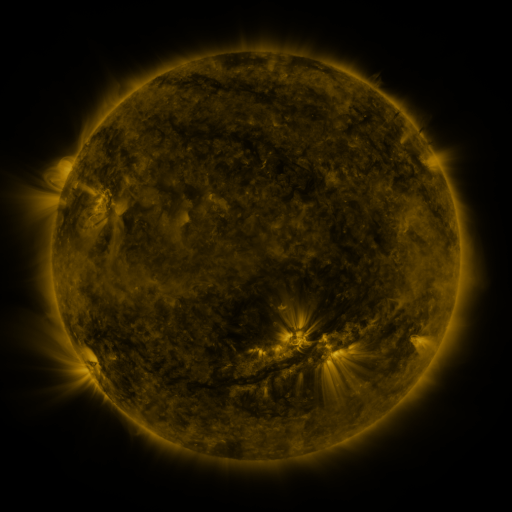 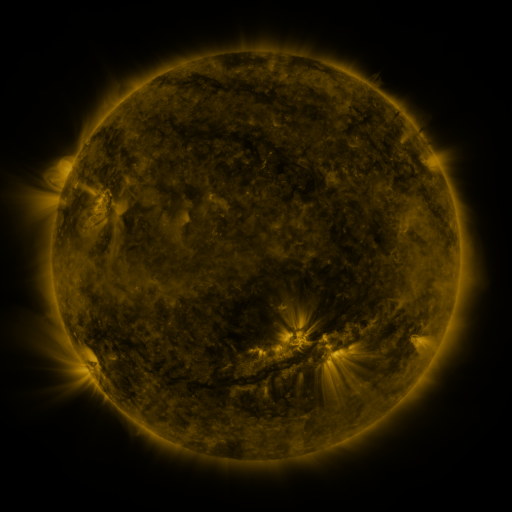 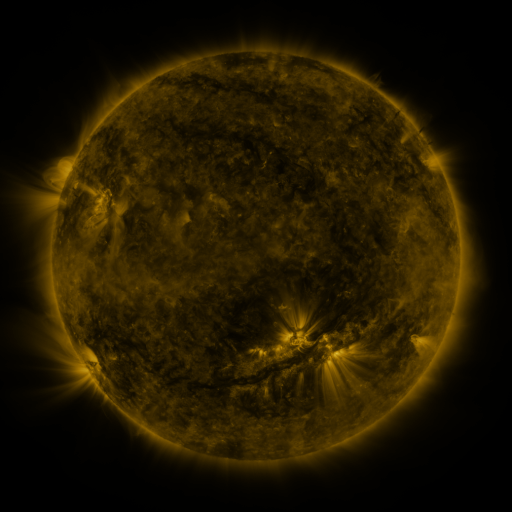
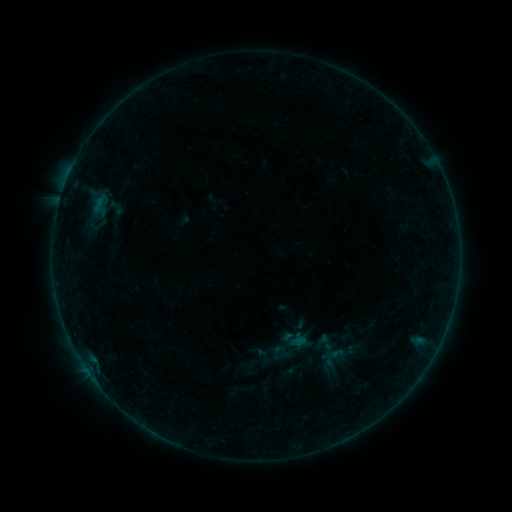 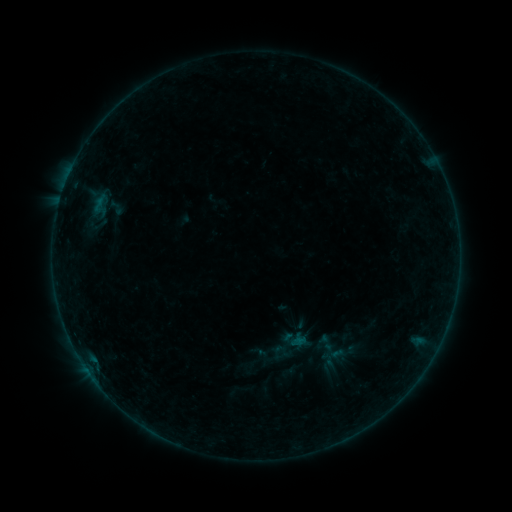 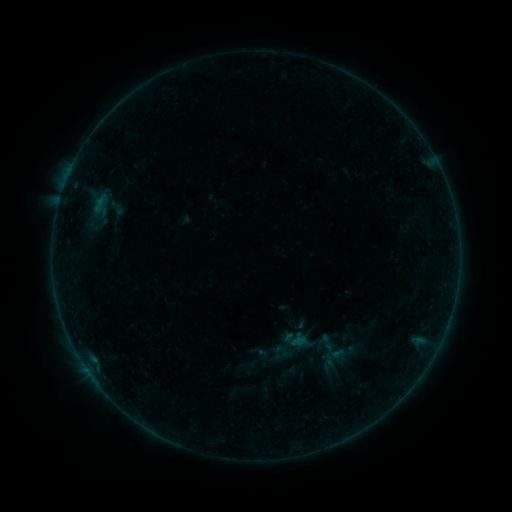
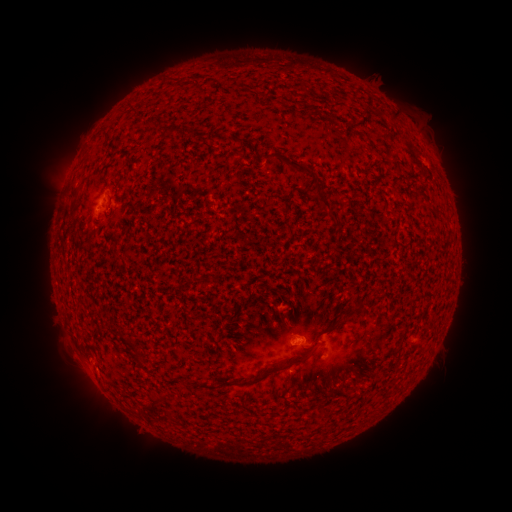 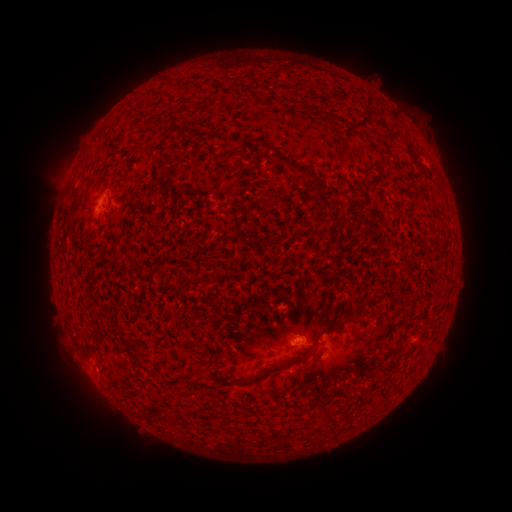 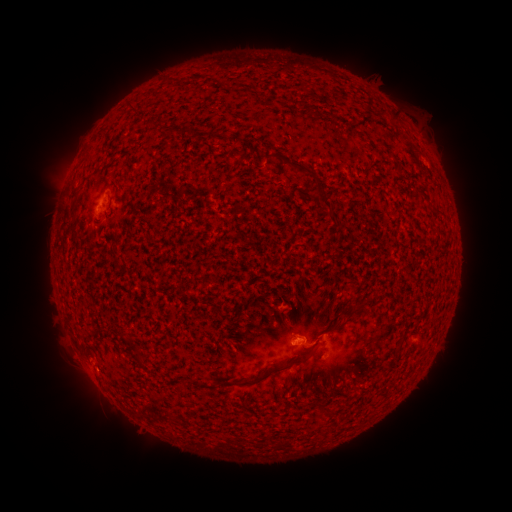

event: flare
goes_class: B1.2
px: (296, 341)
